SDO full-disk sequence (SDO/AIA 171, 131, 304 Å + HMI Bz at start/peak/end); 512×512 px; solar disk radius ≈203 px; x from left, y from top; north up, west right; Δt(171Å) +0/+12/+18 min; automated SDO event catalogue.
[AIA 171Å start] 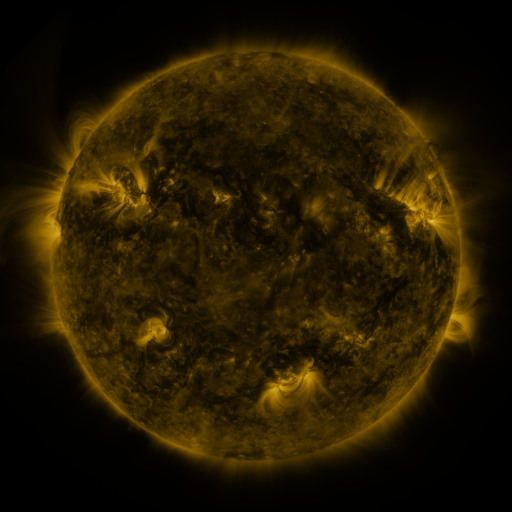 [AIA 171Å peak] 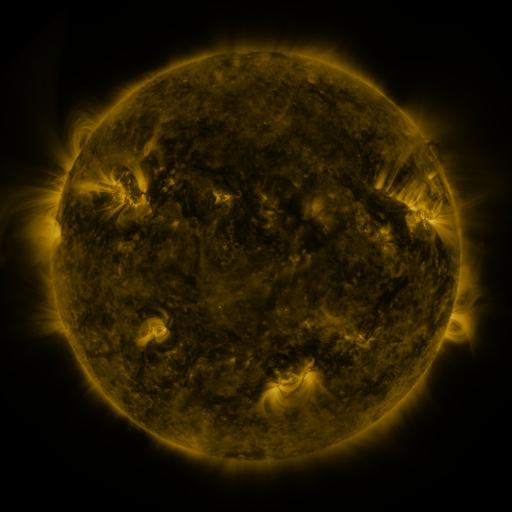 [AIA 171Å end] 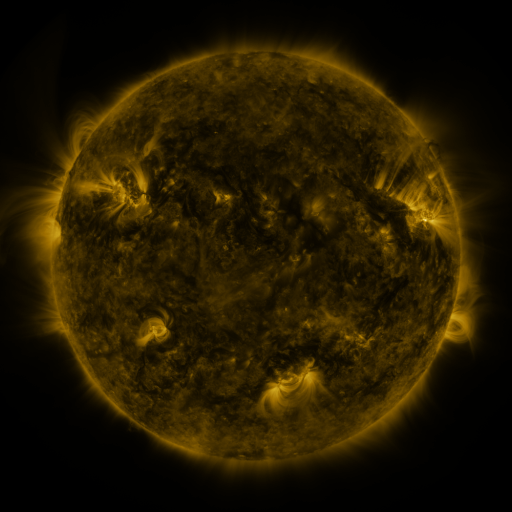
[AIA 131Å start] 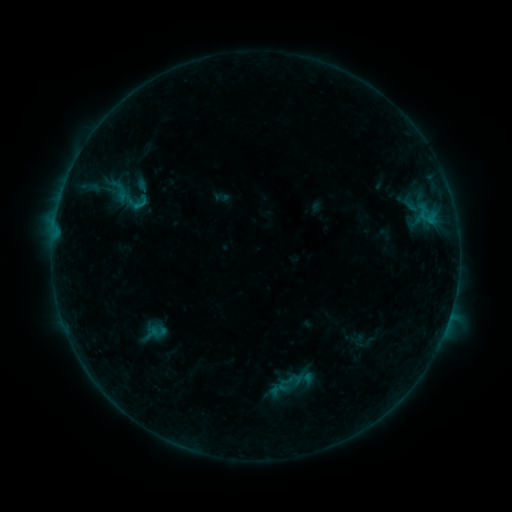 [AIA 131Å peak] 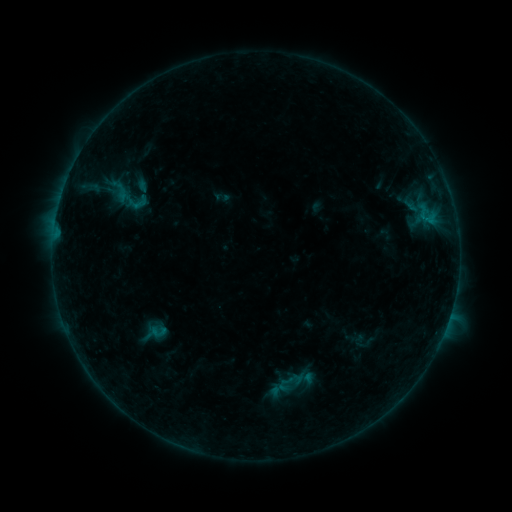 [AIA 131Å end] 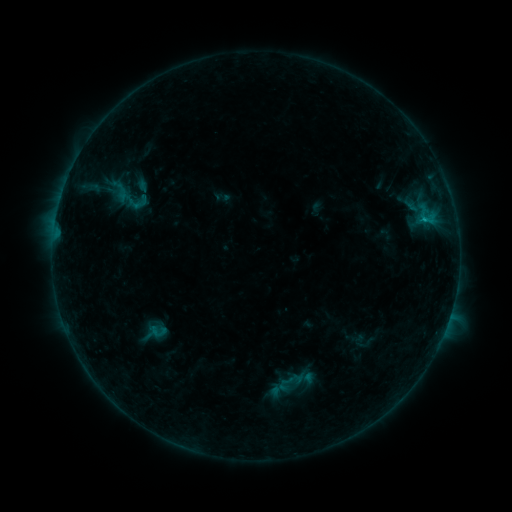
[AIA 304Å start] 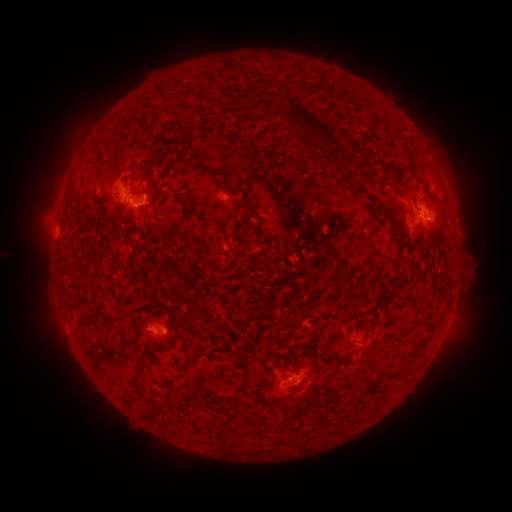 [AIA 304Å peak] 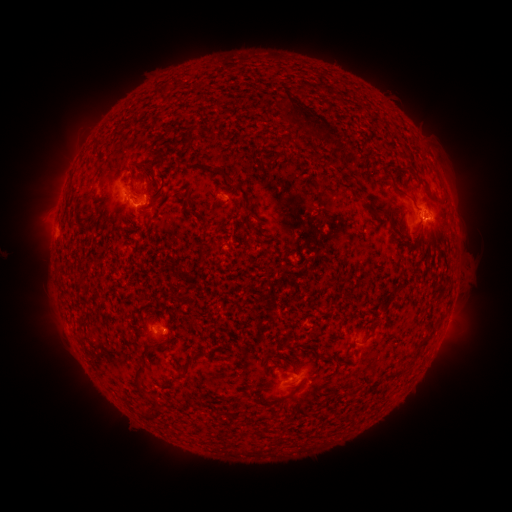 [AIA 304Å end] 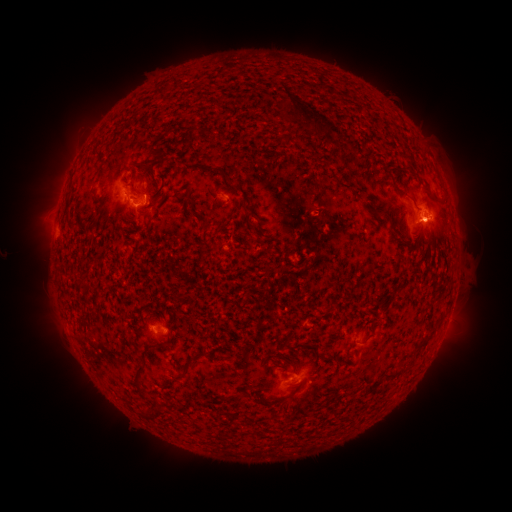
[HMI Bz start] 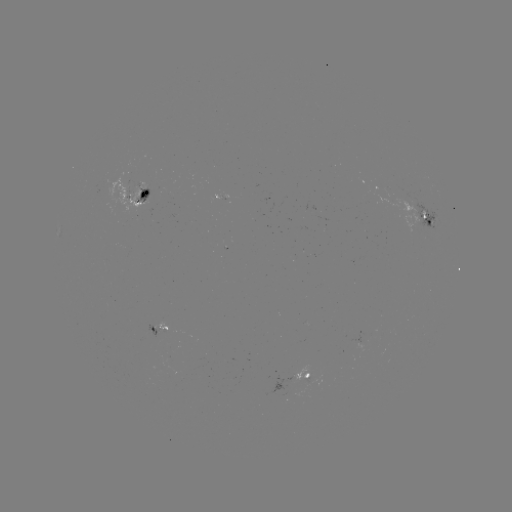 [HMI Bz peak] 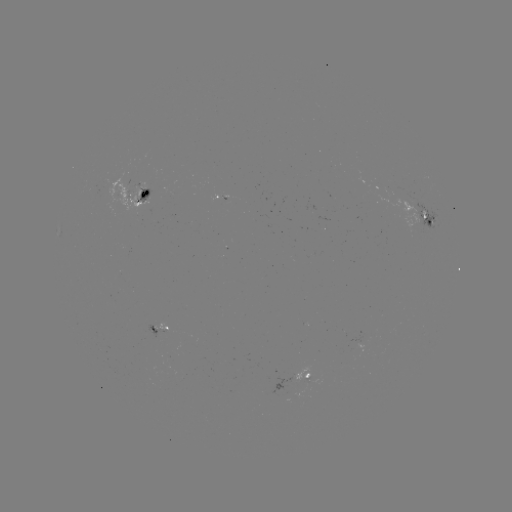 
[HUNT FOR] eruption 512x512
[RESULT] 320,127